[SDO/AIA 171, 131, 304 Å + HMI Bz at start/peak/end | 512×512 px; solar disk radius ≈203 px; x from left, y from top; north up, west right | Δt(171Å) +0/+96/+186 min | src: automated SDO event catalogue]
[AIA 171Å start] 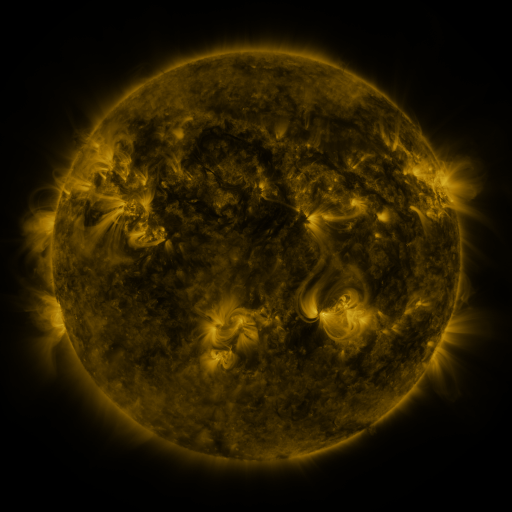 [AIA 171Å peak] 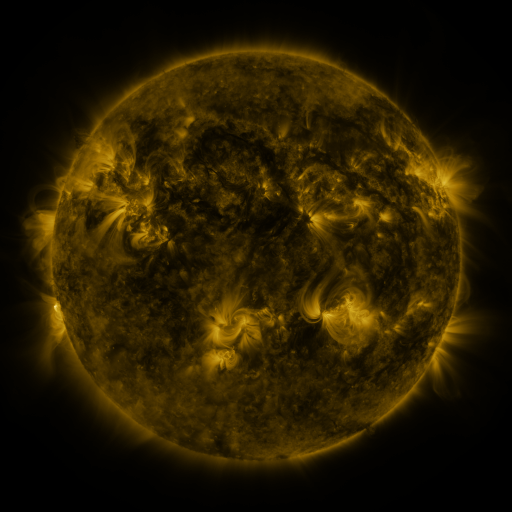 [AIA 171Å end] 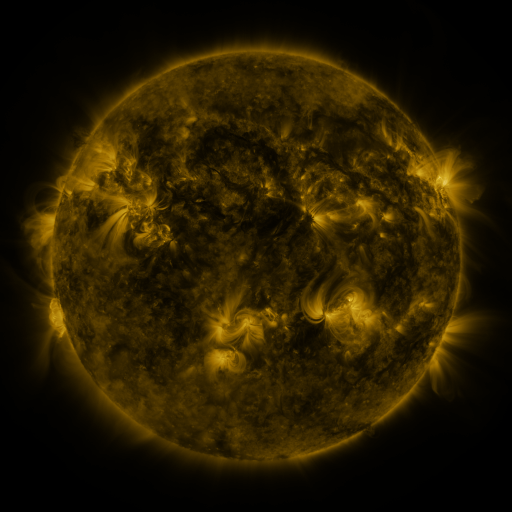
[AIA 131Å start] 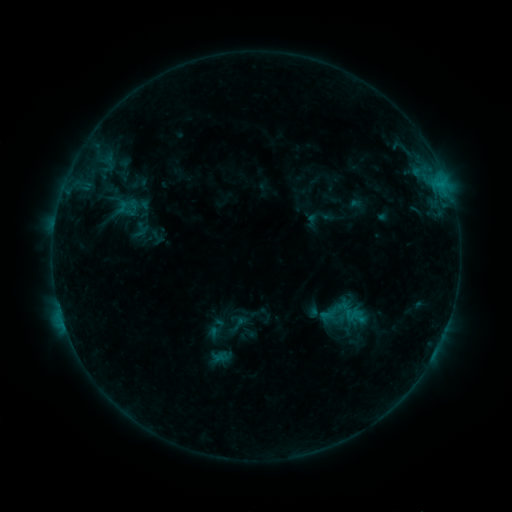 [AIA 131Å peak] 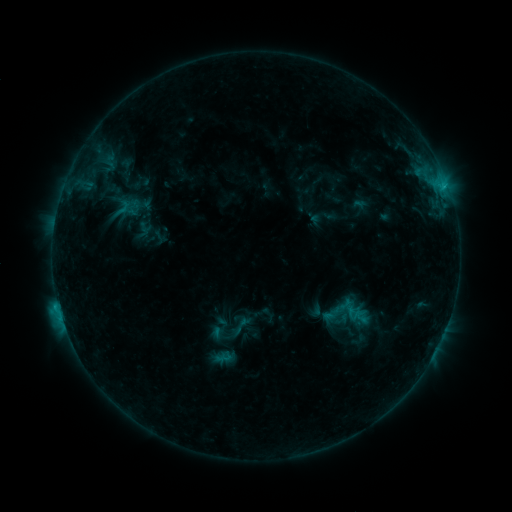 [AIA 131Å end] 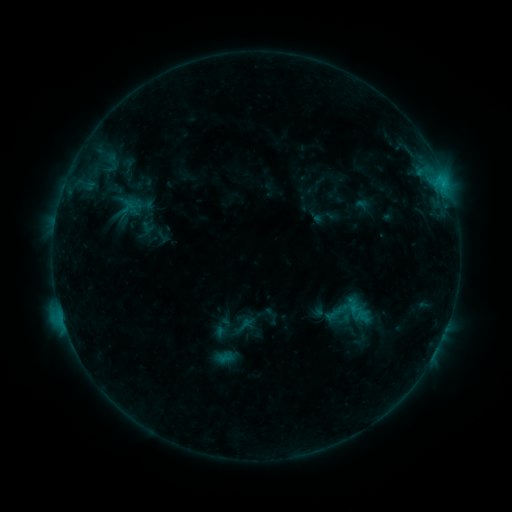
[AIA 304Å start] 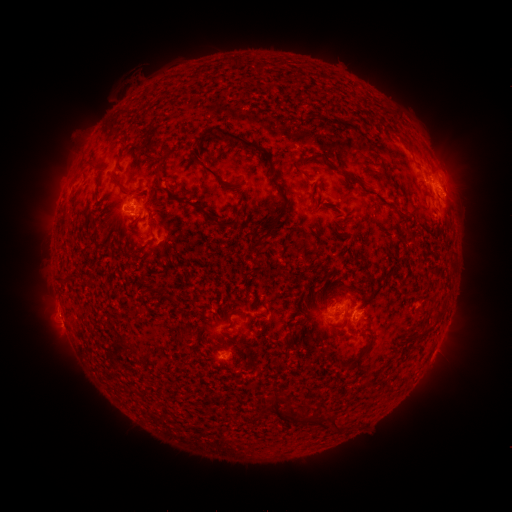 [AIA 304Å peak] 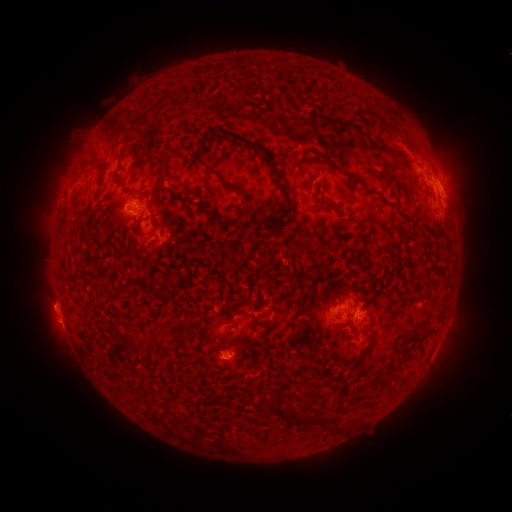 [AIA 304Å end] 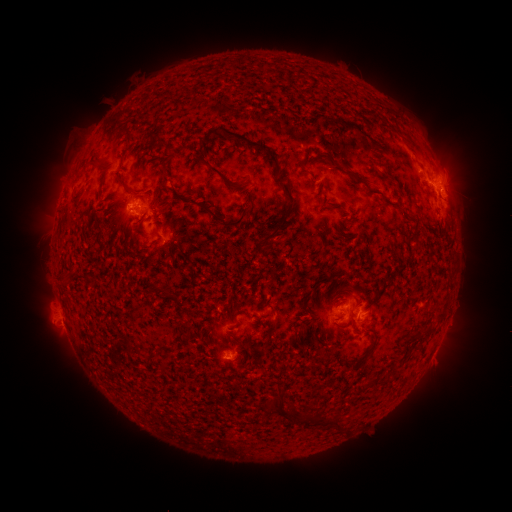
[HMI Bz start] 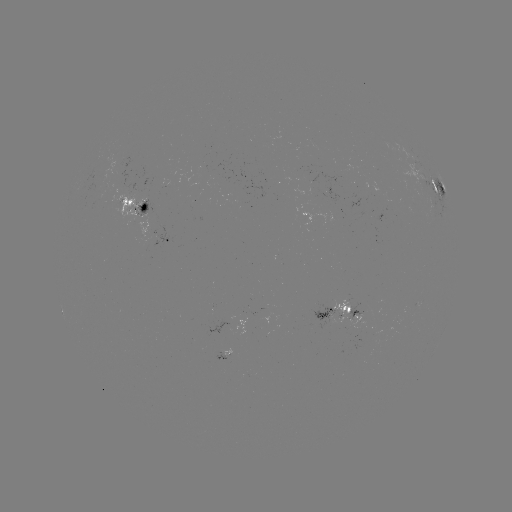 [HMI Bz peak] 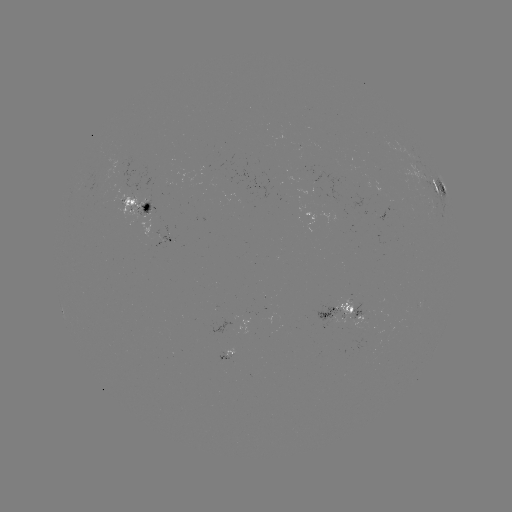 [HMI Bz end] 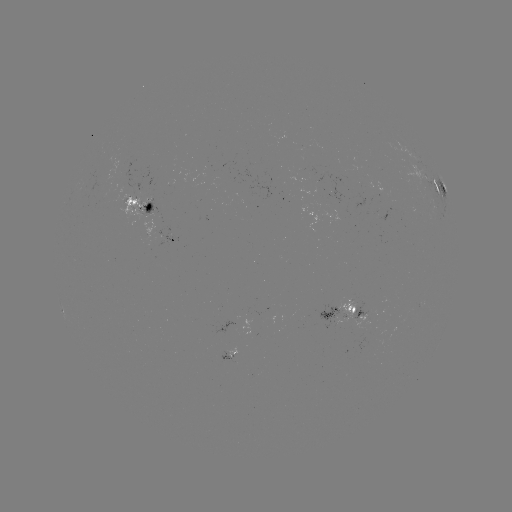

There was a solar filament eruption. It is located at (43, 297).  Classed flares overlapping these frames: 1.